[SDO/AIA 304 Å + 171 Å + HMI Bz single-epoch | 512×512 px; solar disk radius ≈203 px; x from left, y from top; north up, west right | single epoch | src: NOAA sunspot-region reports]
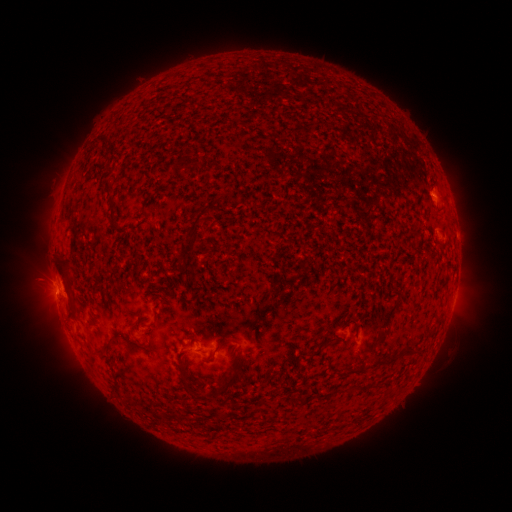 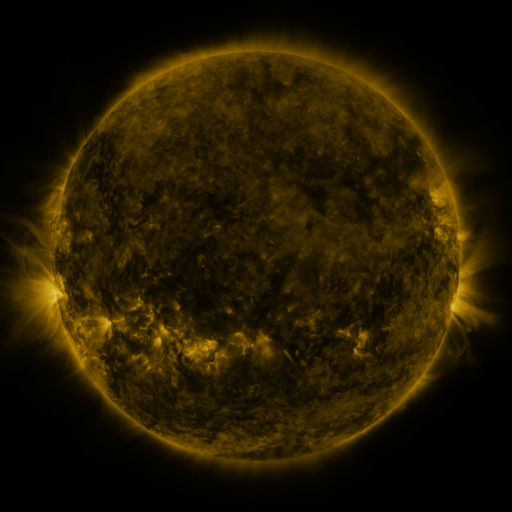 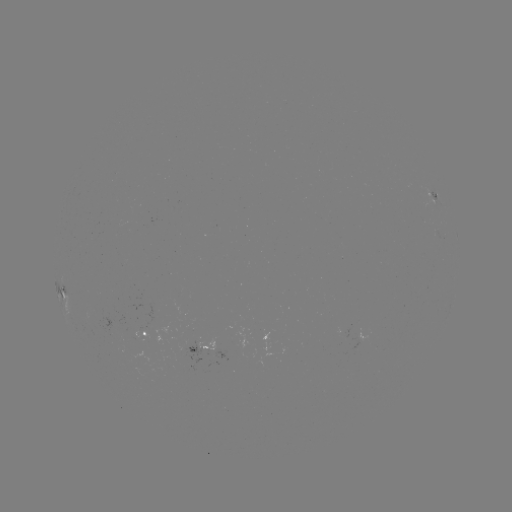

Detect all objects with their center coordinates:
spotted active region: (435, 197)
spotted active region: (62, 289)
spotted active region: (146, 332)
spotted active region: (200, 347)
